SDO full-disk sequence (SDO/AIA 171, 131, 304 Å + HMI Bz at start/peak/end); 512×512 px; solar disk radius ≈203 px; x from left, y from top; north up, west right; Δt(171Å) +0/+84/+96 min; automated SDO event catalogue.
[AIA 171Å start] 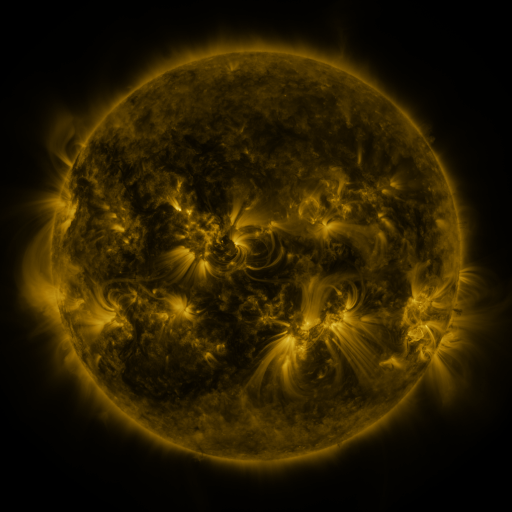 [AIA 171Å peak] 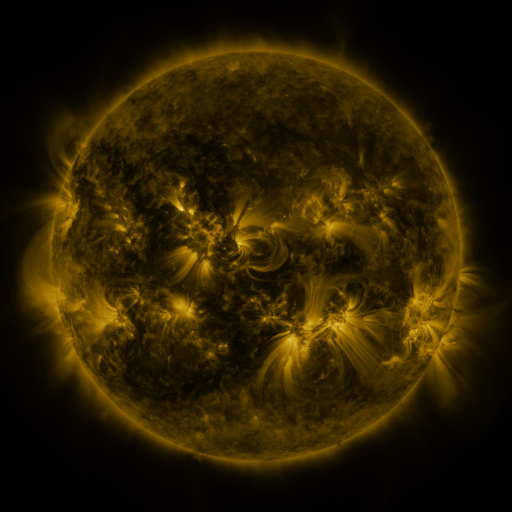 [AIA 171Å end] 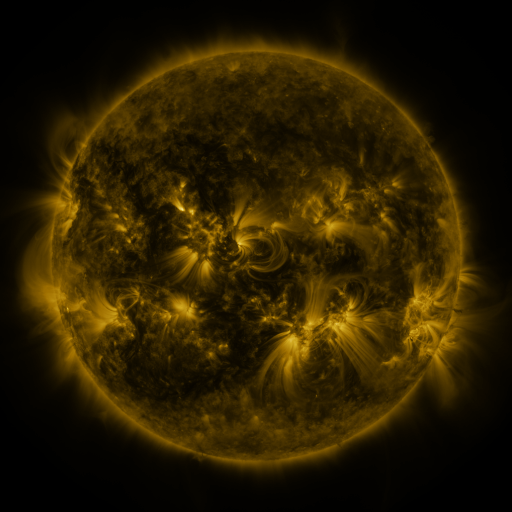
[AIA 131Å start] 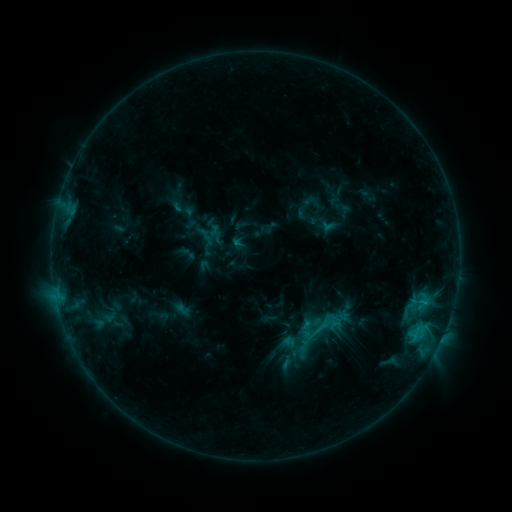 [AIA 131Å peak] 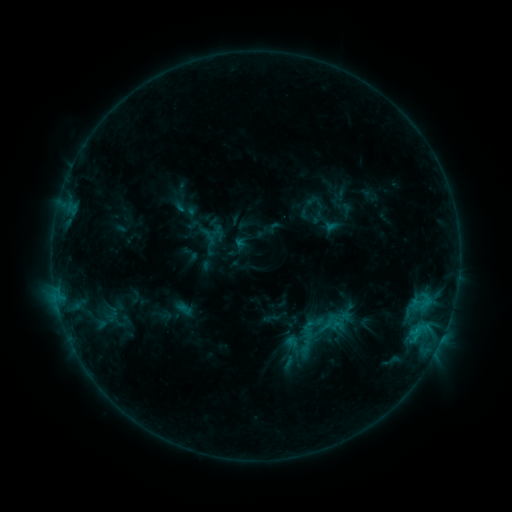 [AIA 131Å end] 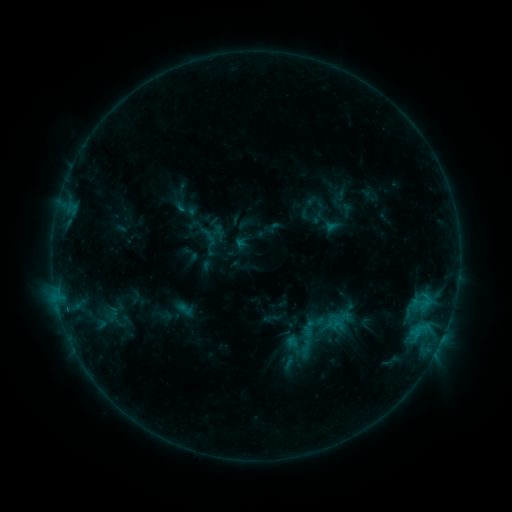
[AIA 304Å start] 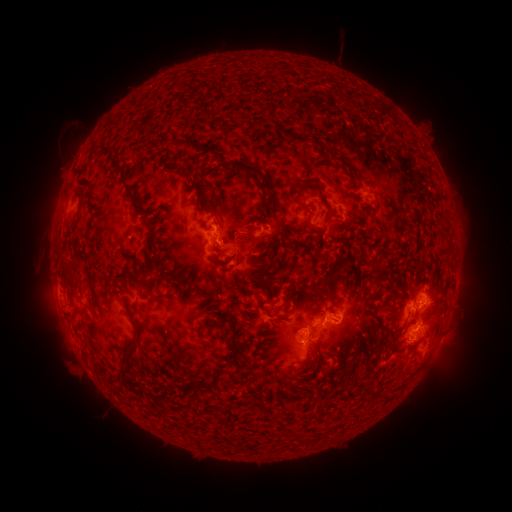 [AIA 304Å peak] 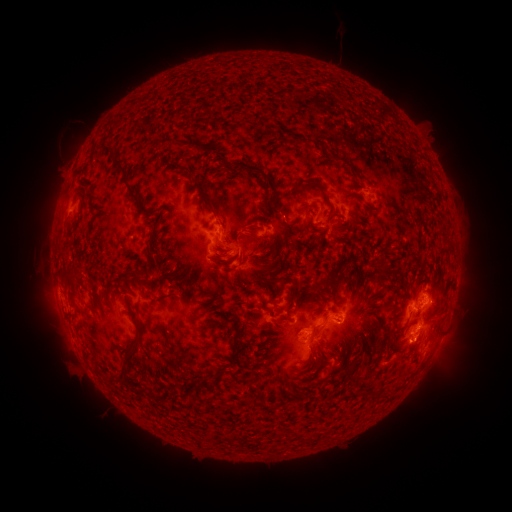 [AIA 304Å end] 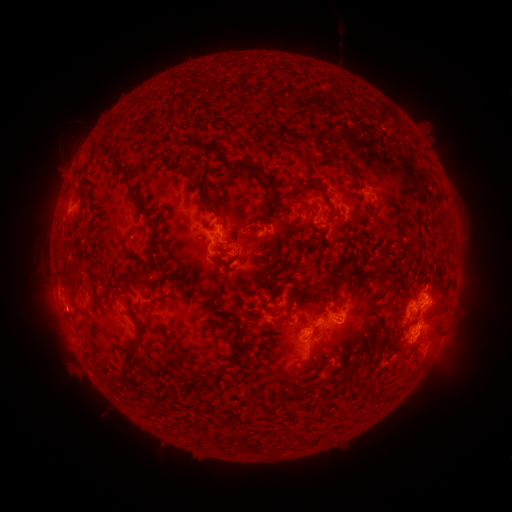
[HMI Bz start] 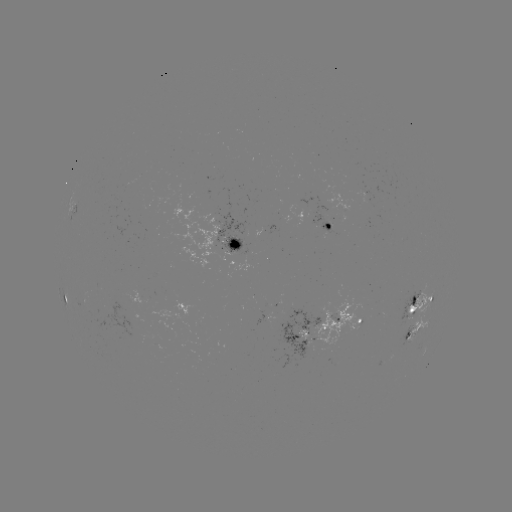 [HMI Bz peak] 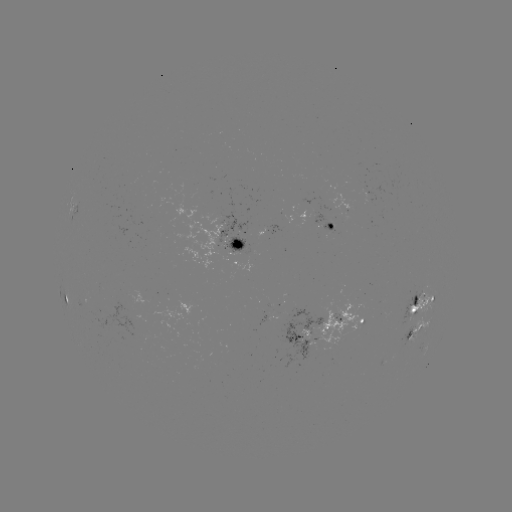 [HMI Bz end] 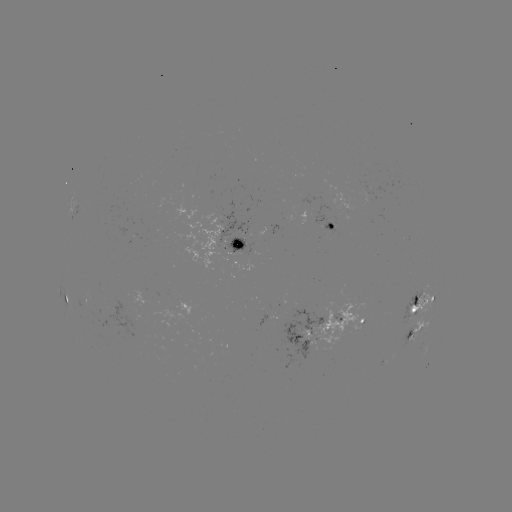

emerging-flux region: <bbox>317, 222, 334, 232</bbox>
